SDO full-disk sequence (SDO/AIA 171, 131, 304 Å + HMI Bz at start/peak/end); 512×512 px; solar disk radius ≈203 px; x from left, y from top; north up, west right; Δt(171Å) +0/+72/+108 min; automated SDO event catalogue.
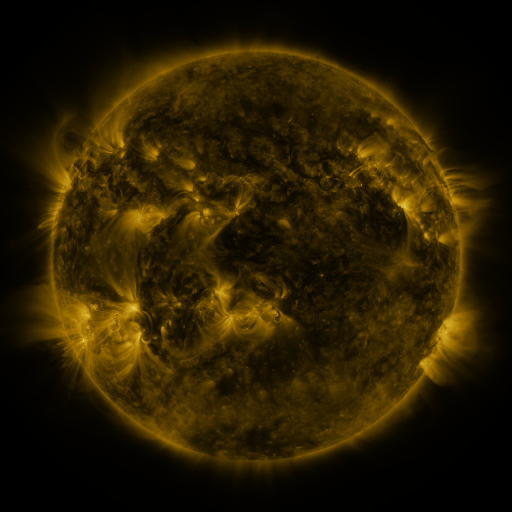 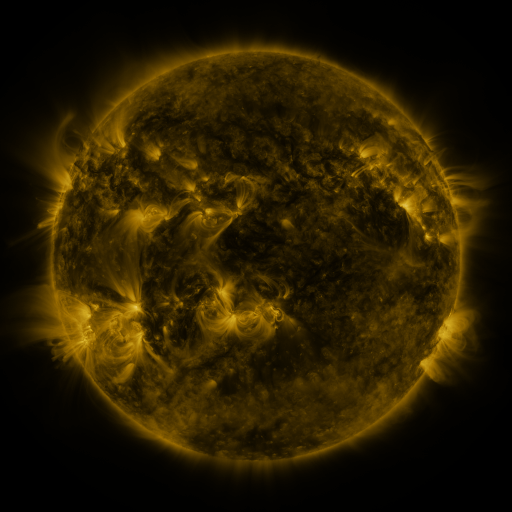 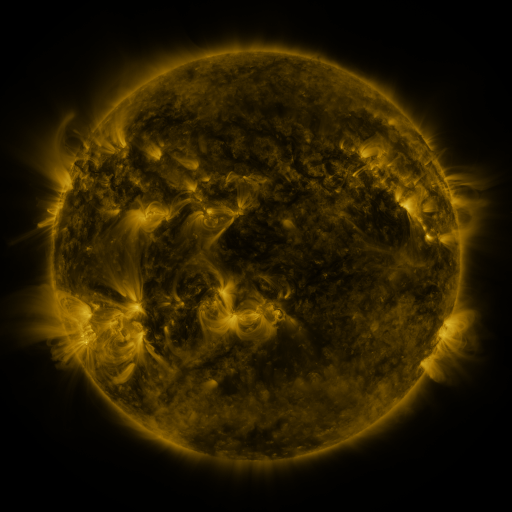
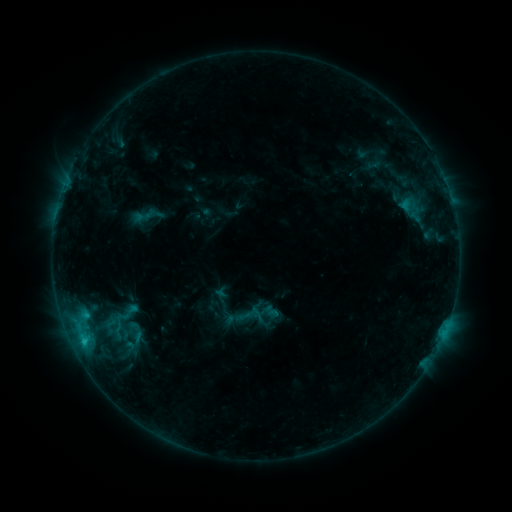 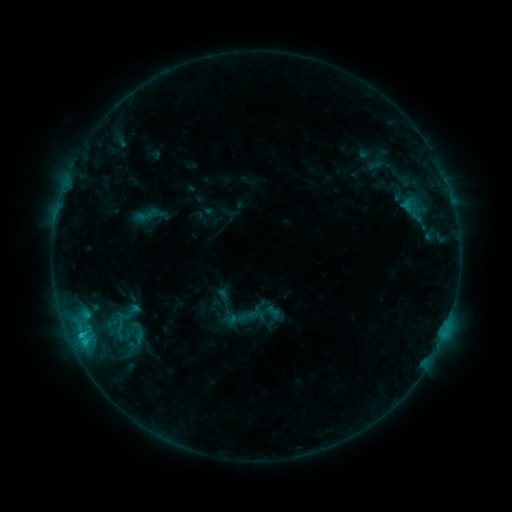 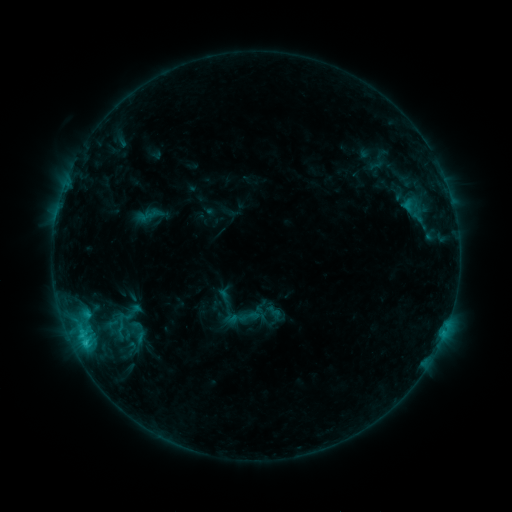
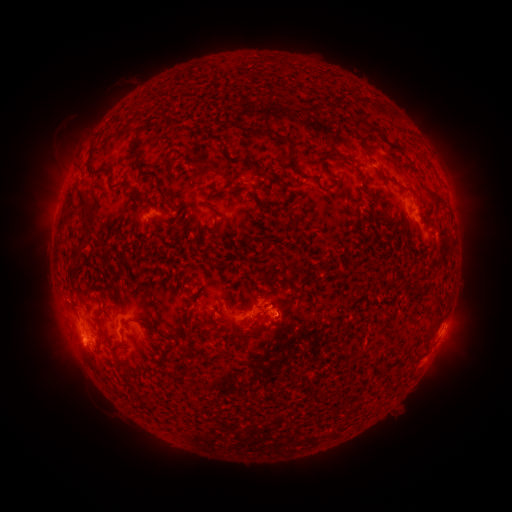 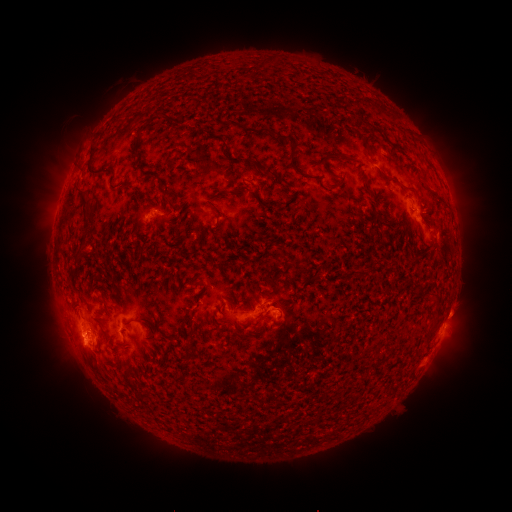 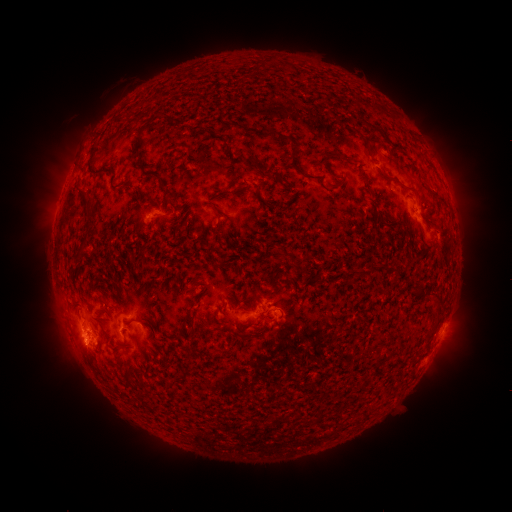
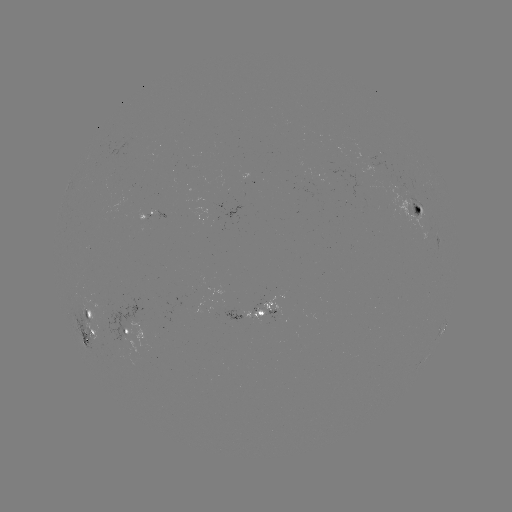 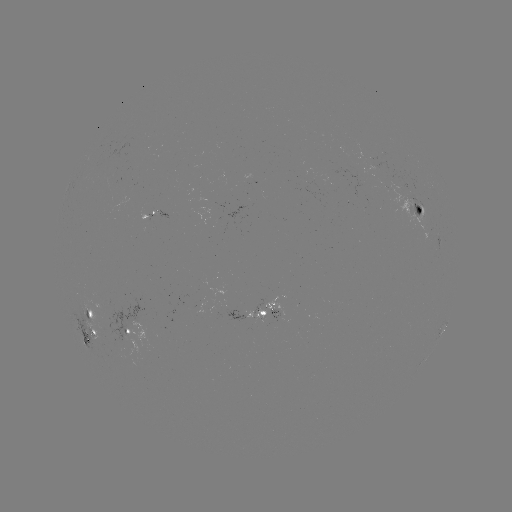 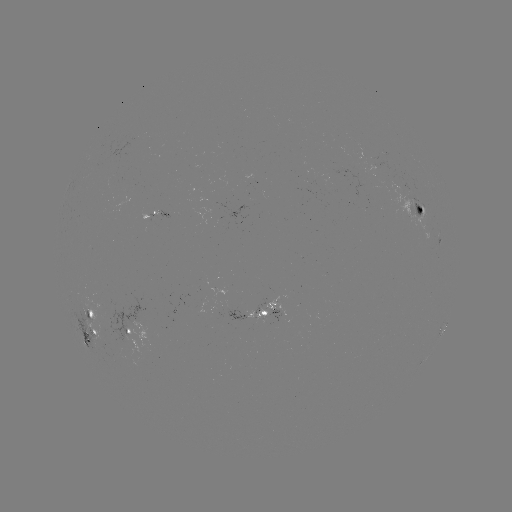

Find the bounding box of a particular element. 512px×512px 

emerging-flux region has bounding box [381, 170, 441, 232].